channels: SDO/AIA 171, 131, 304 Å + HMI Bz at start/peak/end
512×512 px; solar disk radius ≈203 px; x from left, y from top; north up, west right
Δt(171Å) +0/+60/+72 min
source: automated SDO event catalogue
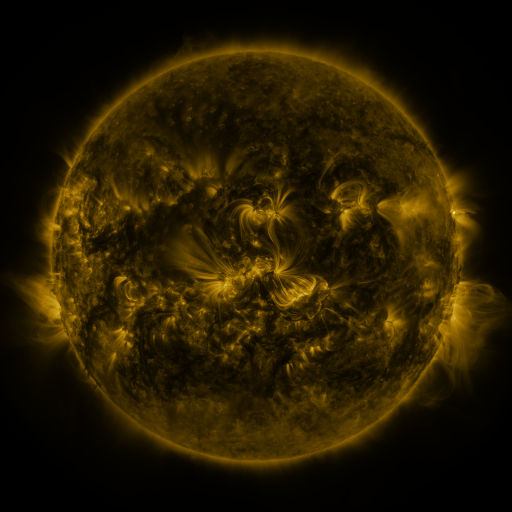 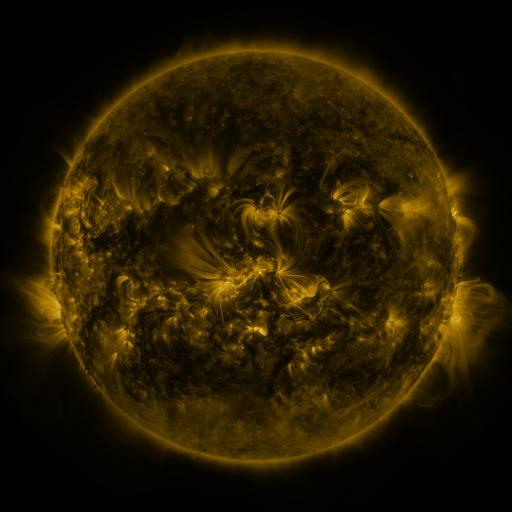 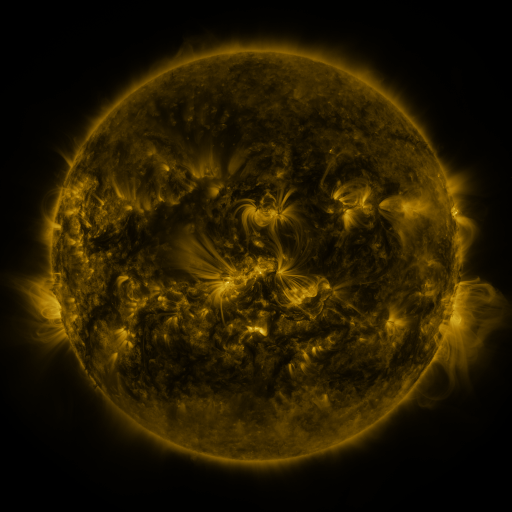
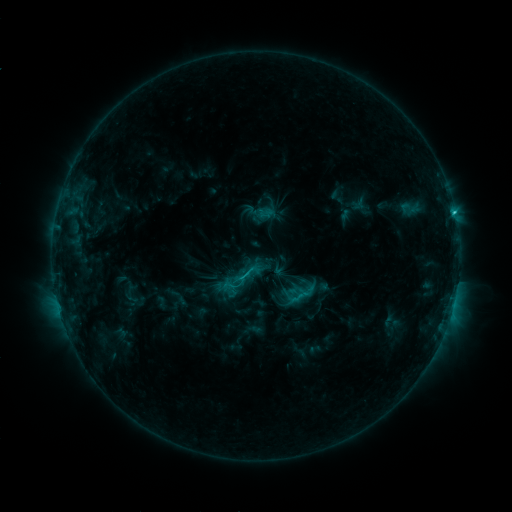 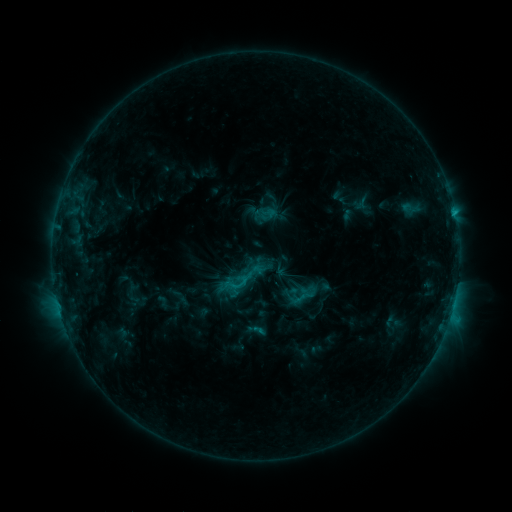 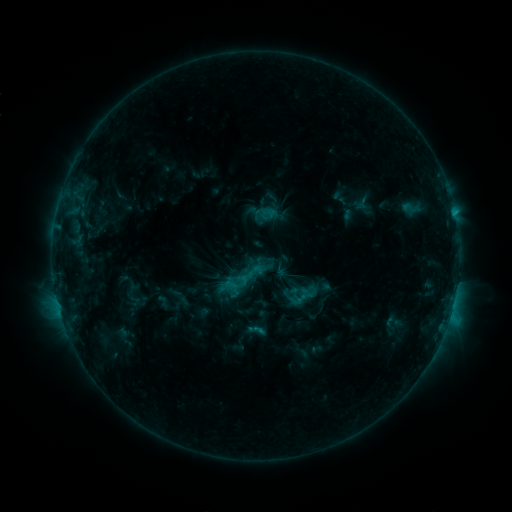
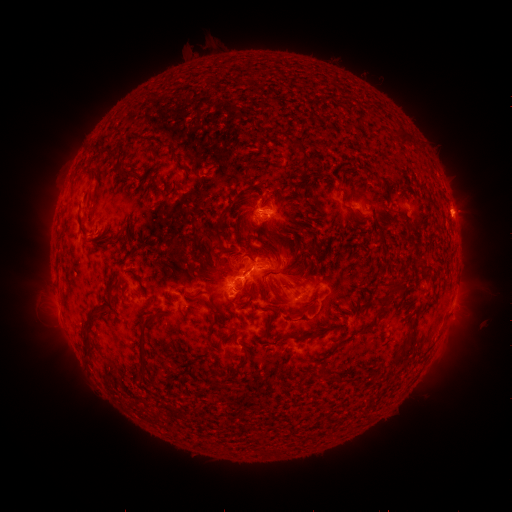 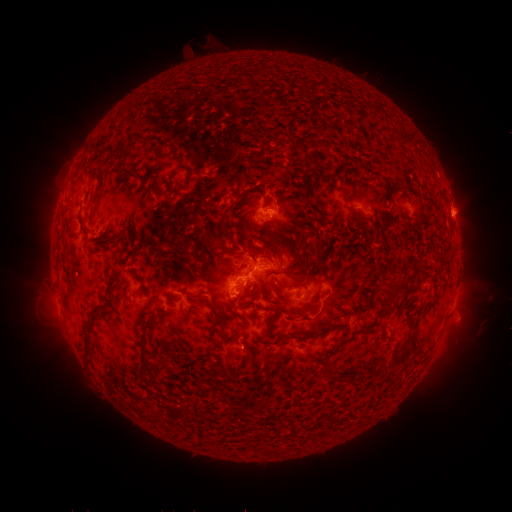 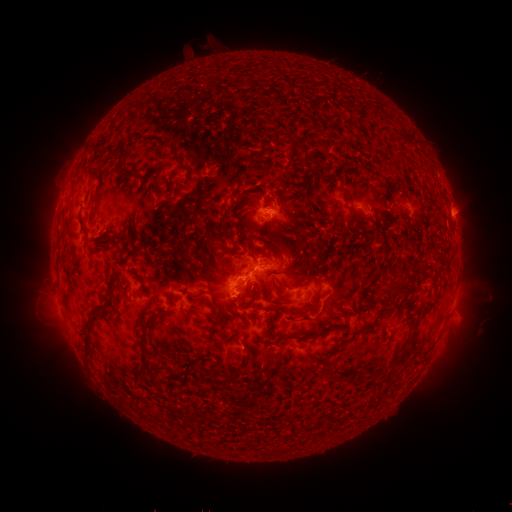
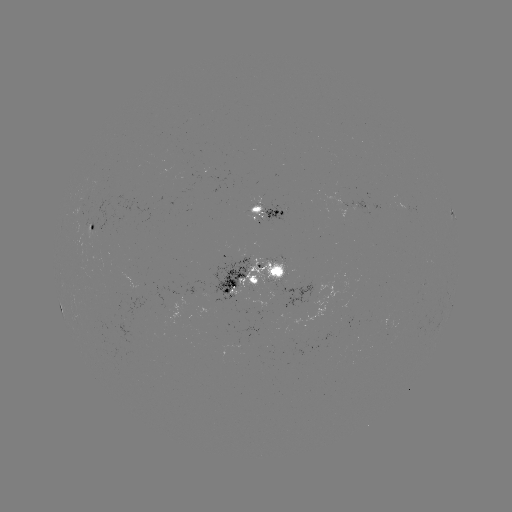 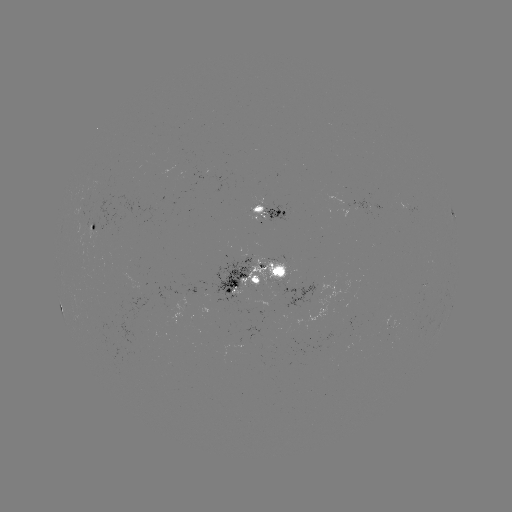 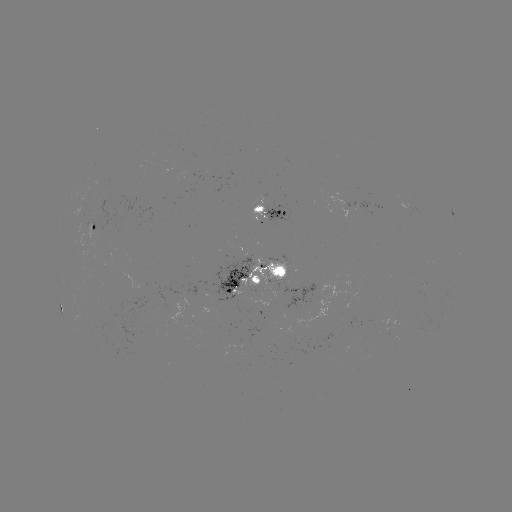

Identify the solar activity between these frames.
emerging-flux region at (255, 306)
